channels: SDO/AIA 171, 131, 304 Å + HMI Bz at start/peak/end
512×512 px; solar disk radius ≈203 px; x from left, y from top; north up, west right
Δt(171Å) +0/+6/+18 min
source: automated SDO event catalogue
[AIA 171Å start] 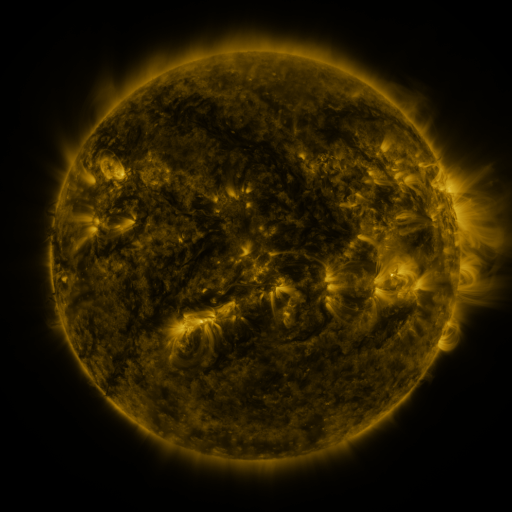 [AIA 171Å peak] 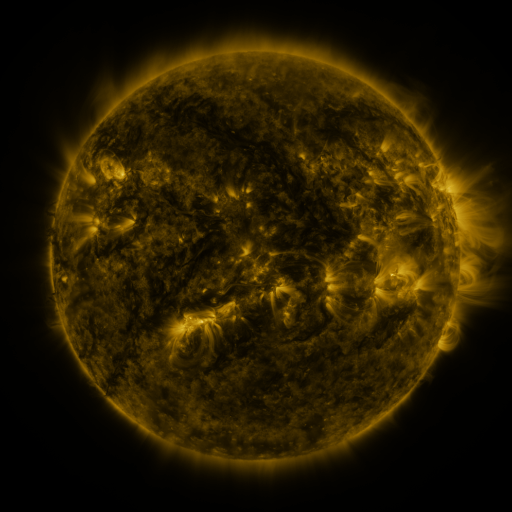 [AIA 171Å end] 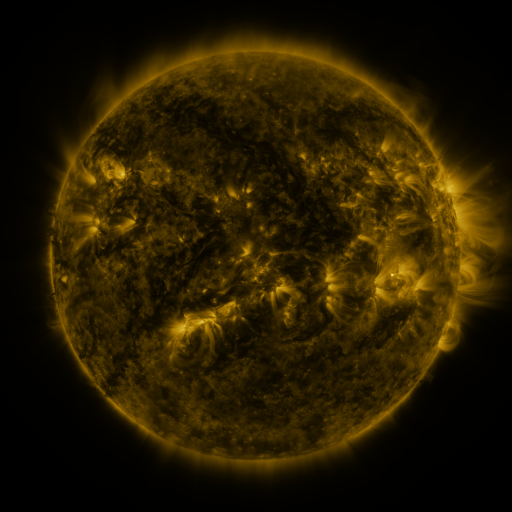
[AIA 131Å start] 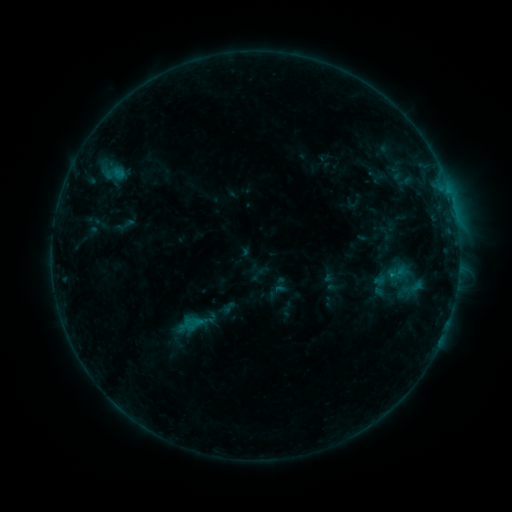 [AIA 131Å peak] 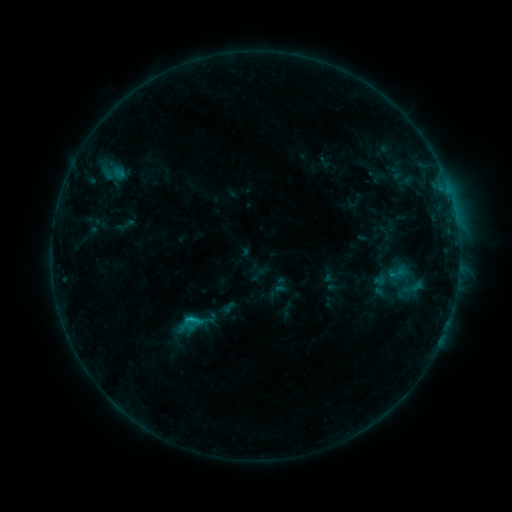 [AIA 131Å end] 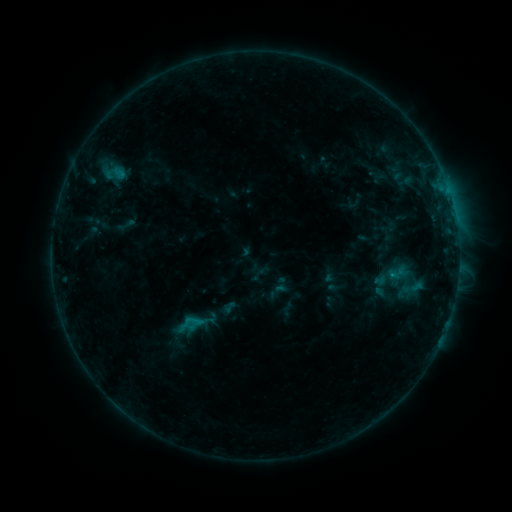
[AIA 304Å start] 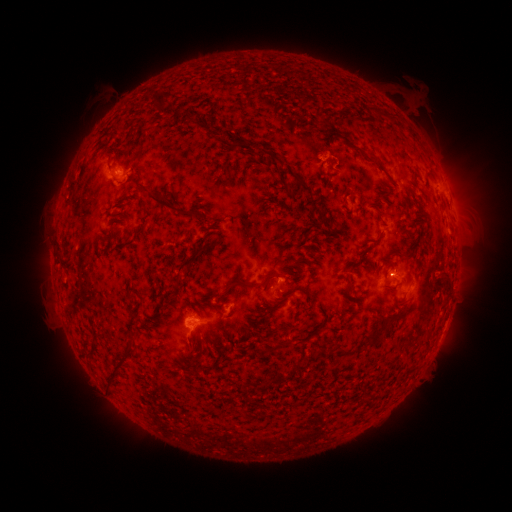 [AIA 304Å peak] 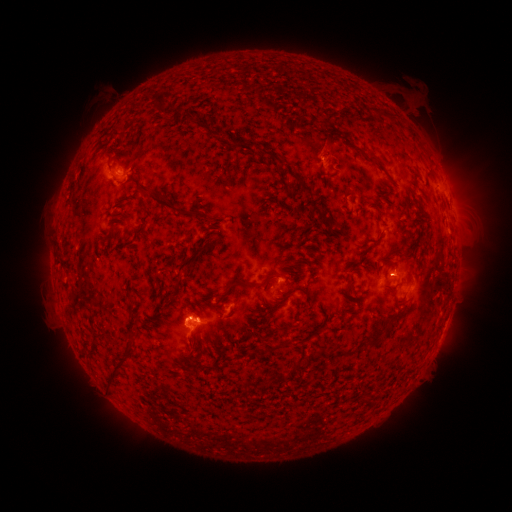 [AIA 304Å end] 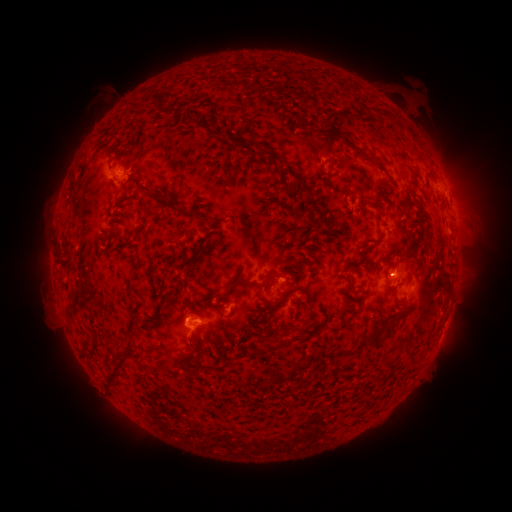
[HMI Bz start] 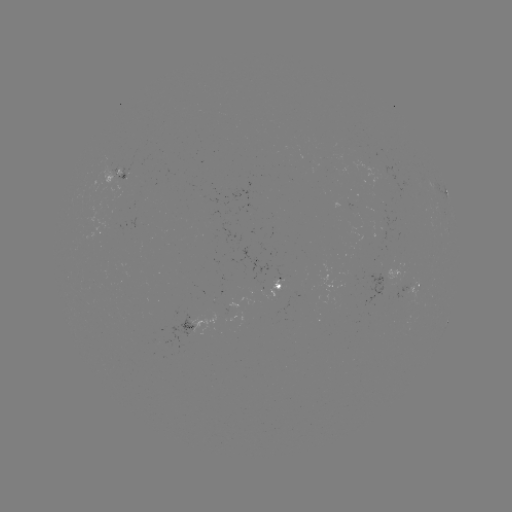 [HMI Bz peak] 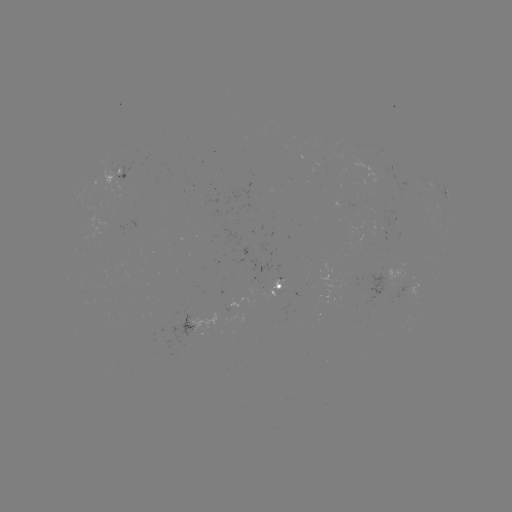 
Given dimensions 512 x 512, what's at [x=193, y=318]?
B7.7 flare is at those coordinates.